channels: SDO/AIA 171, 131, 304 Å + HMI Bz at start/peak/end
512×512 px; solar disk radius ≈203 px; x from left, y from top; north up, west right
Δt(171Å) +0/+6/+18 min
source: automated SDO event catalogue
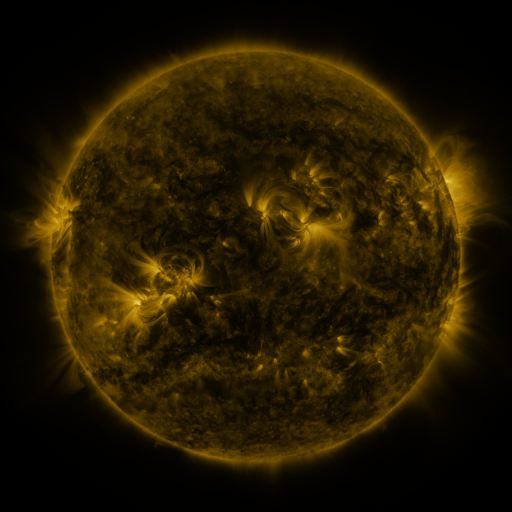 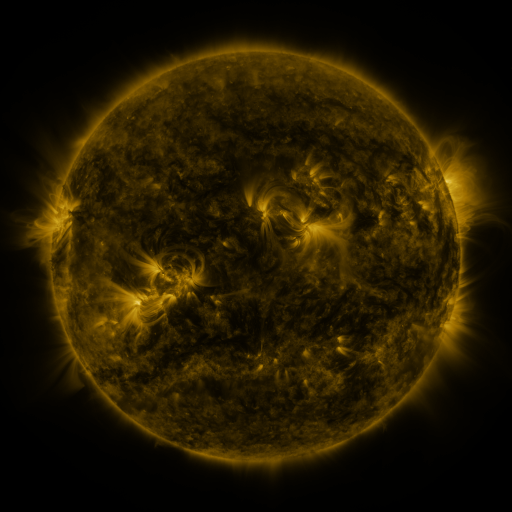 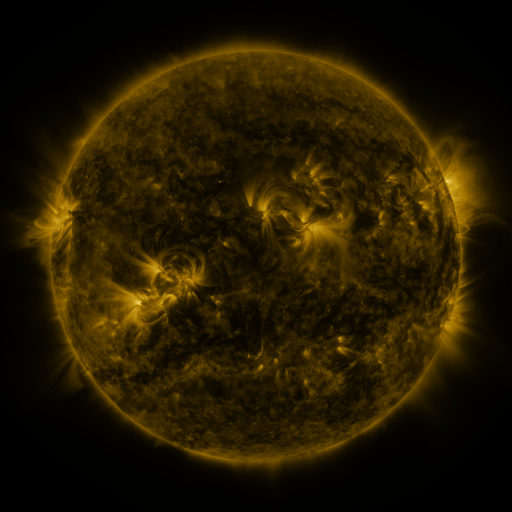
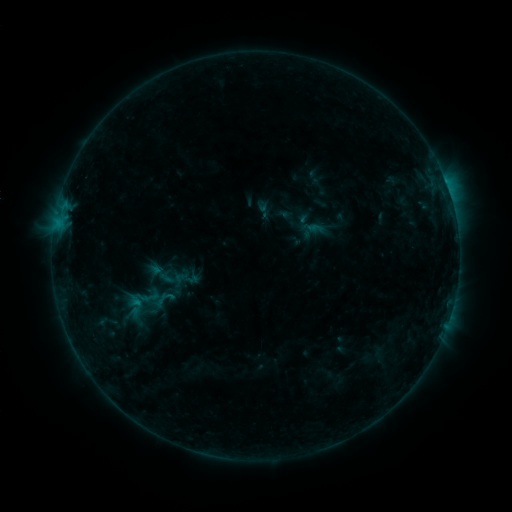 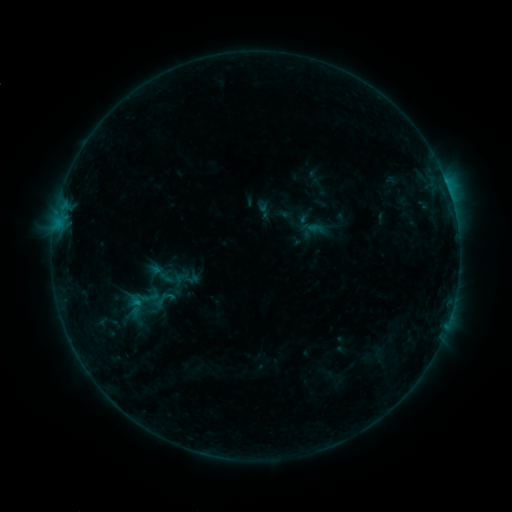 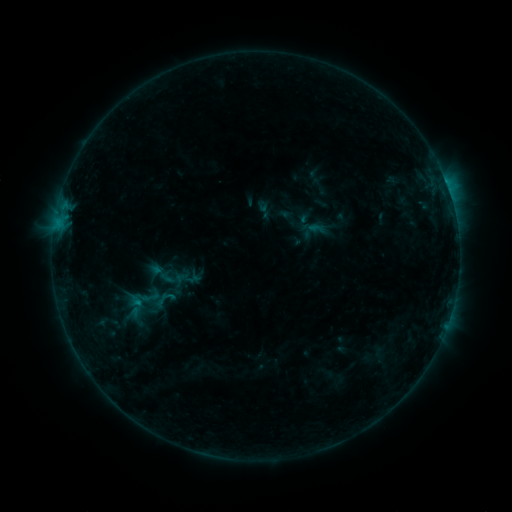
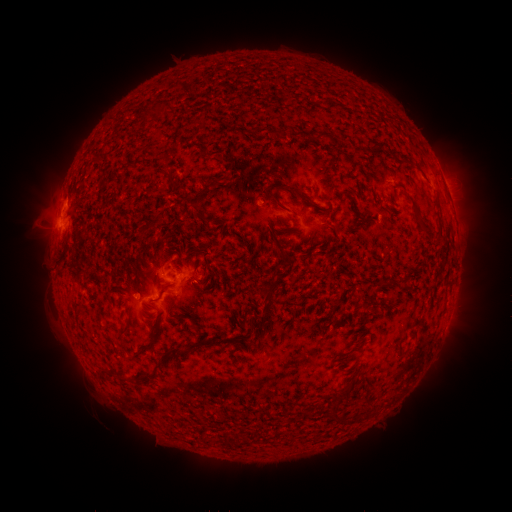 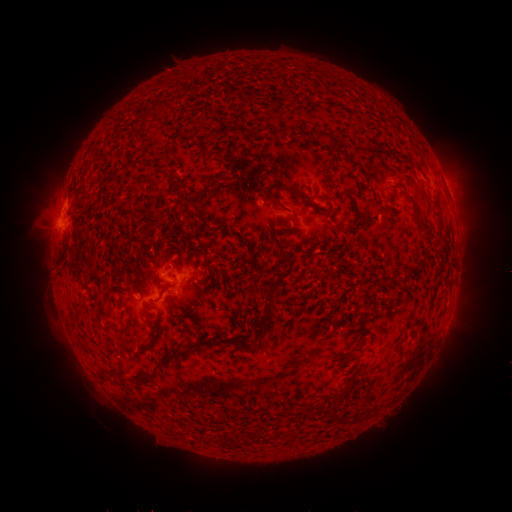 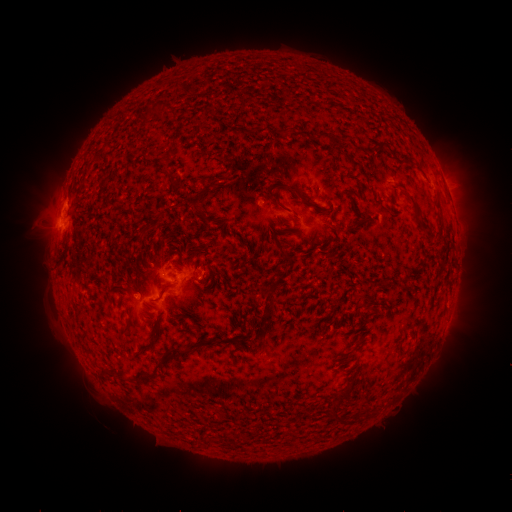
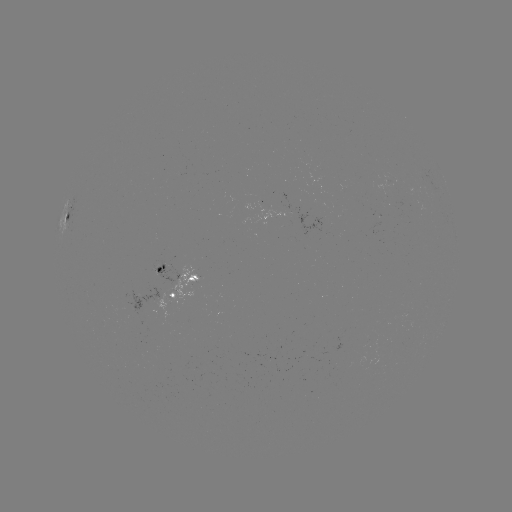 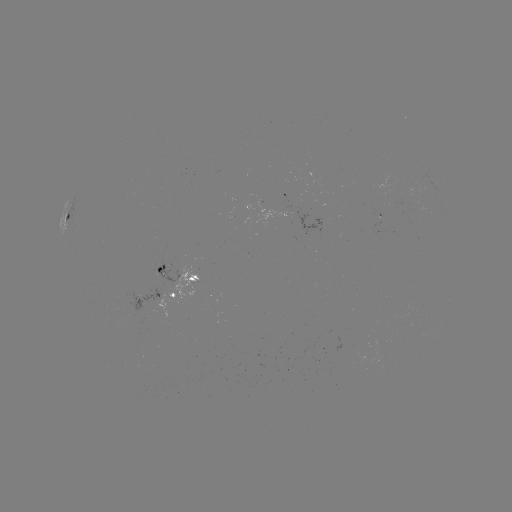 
no flare in any classed list; no EUV-trigger detection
